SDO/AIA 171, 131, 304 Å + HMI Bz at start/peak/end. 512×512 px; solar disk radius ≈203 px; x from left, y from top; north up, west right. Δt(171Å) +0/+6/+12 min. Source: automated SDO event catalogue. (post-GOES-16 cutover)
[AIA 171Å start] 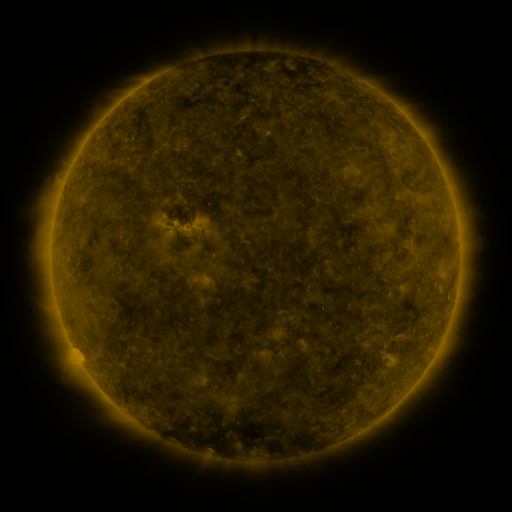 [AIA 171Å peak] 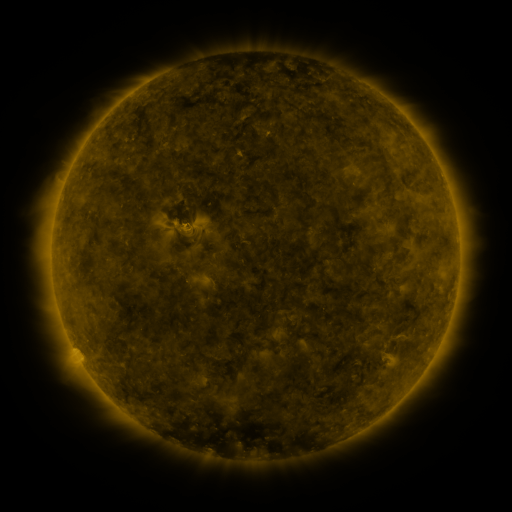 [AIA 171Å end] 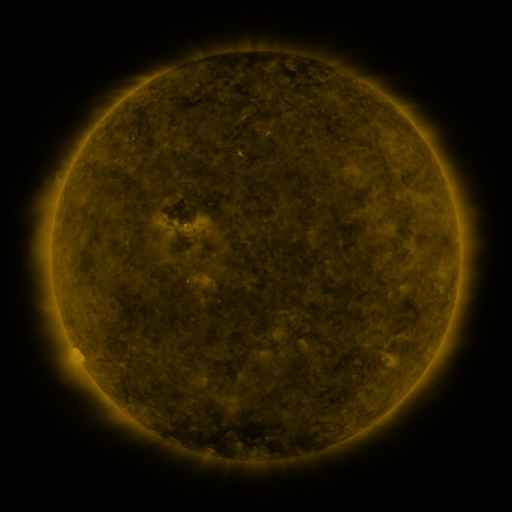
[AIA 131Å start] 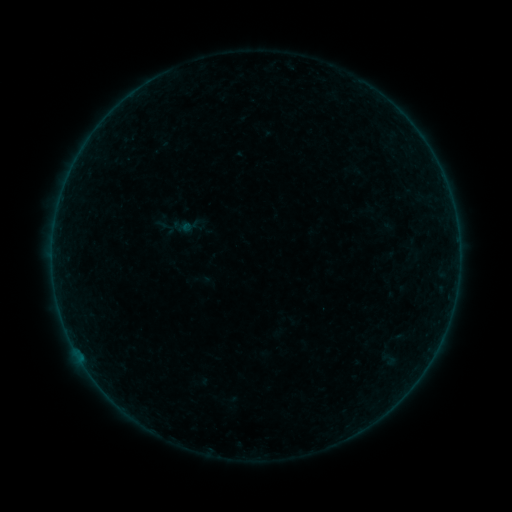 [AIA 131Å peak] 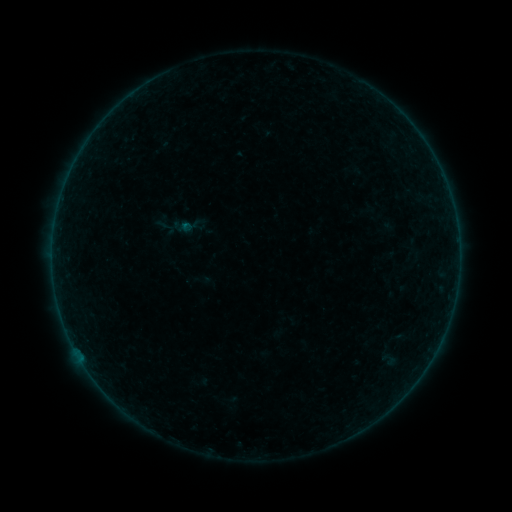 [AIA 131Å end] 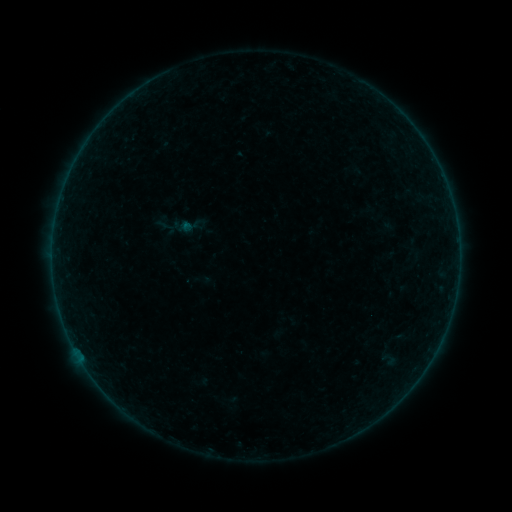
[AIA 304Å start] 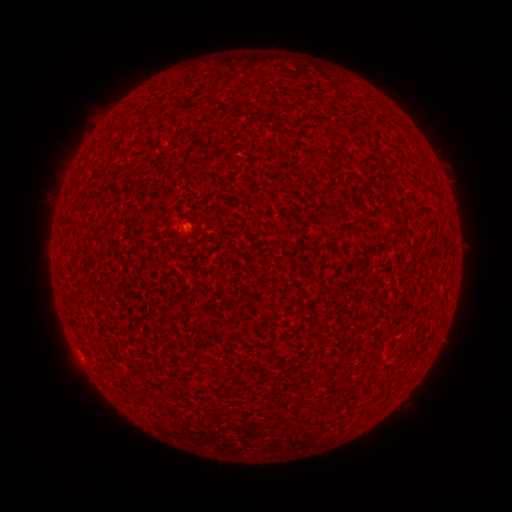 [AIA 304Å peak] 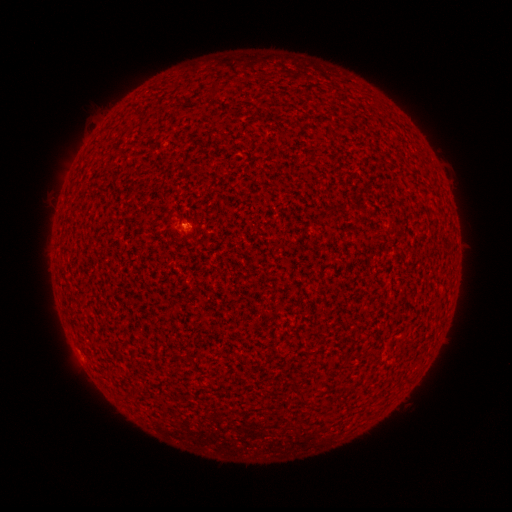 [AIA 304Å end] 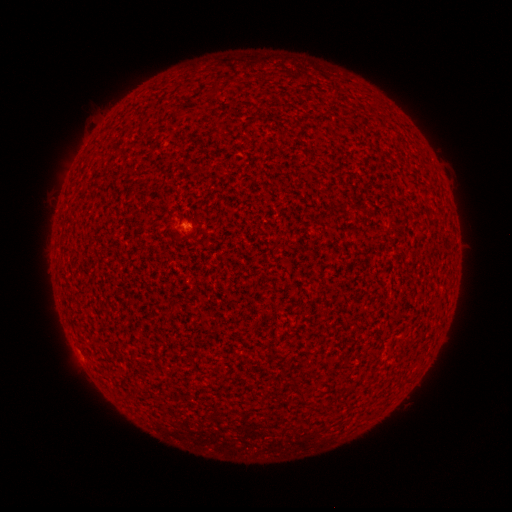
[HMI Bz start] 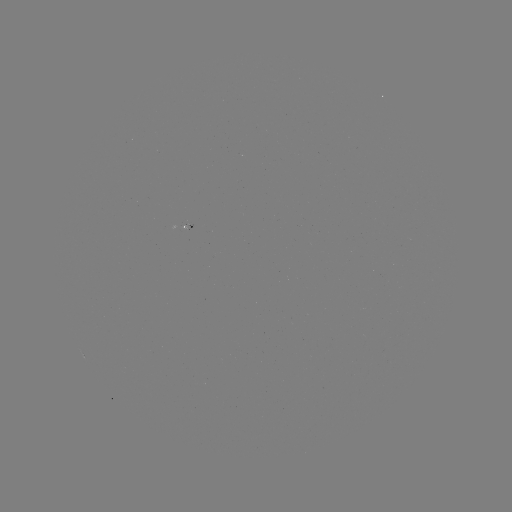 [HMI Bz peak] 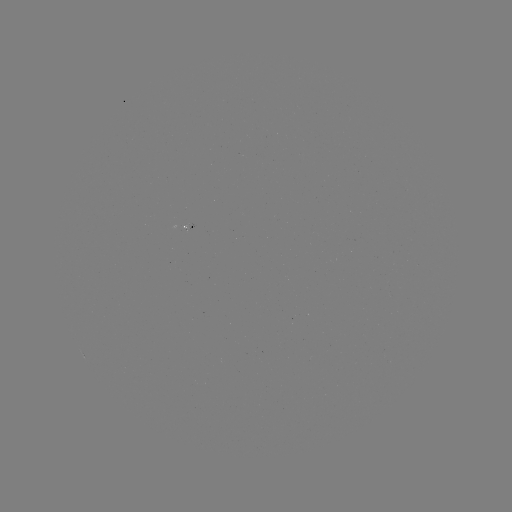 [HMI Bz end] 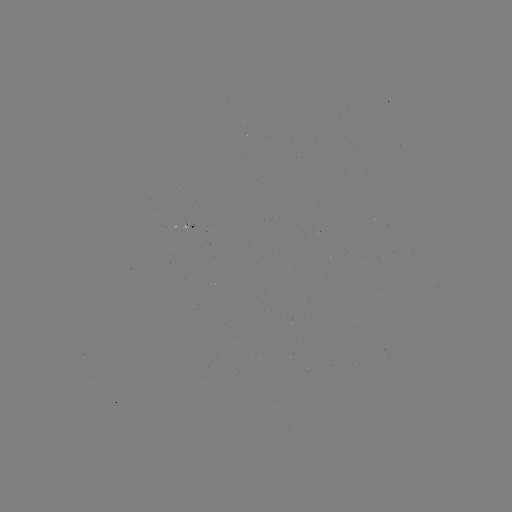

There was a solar flare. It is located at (186, 227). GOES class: B1.1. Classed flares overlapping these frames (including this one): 1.